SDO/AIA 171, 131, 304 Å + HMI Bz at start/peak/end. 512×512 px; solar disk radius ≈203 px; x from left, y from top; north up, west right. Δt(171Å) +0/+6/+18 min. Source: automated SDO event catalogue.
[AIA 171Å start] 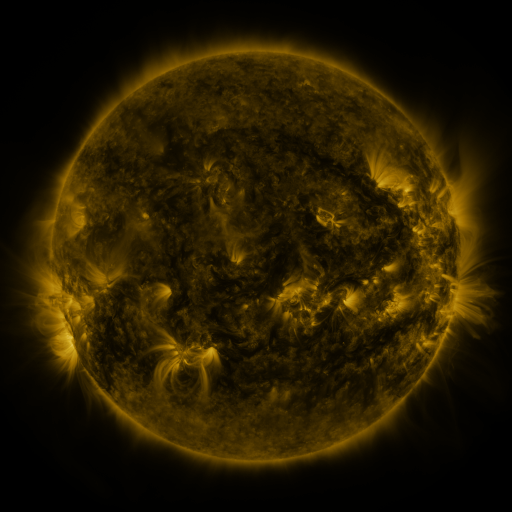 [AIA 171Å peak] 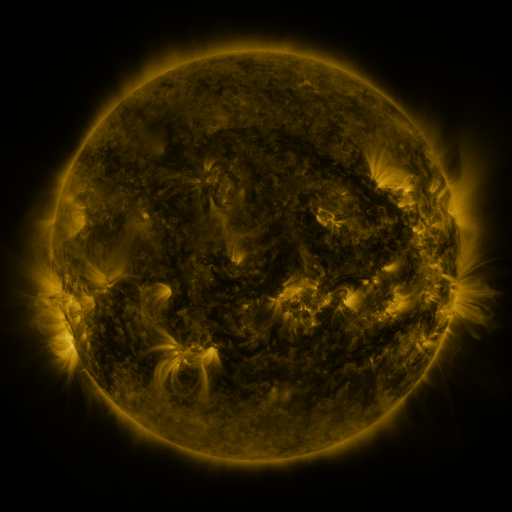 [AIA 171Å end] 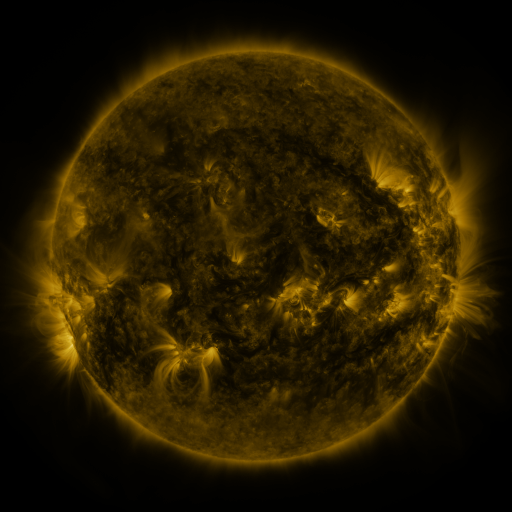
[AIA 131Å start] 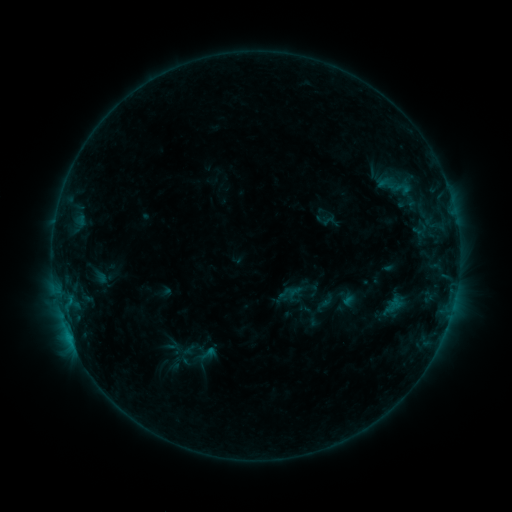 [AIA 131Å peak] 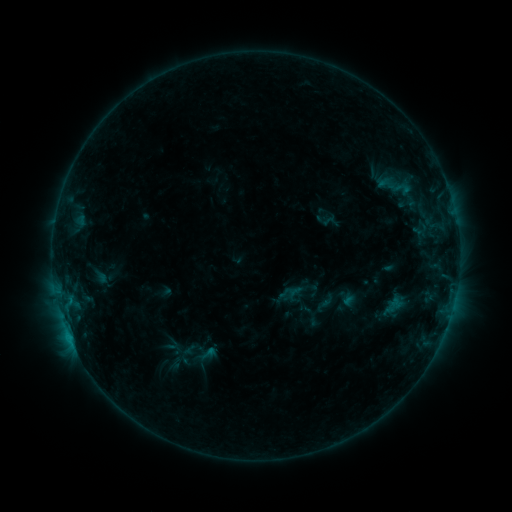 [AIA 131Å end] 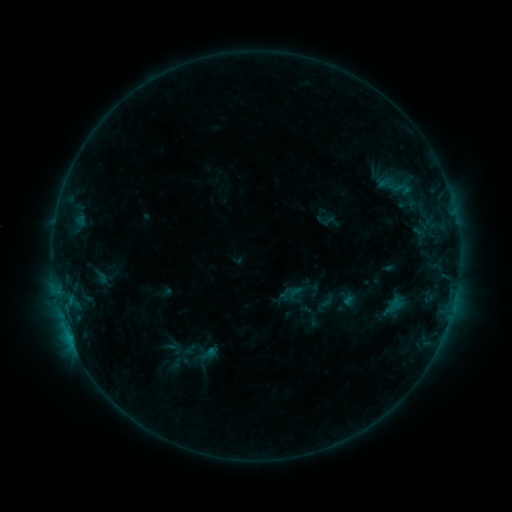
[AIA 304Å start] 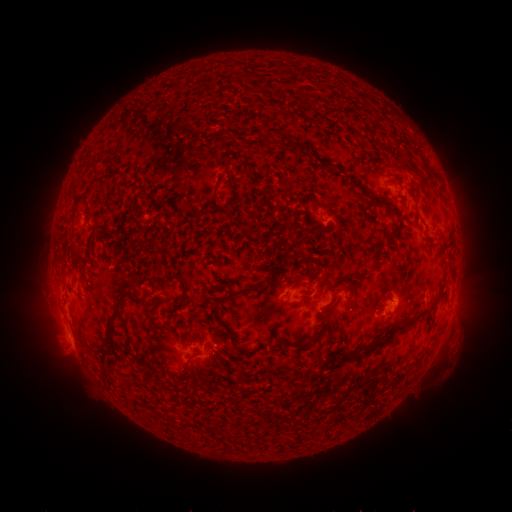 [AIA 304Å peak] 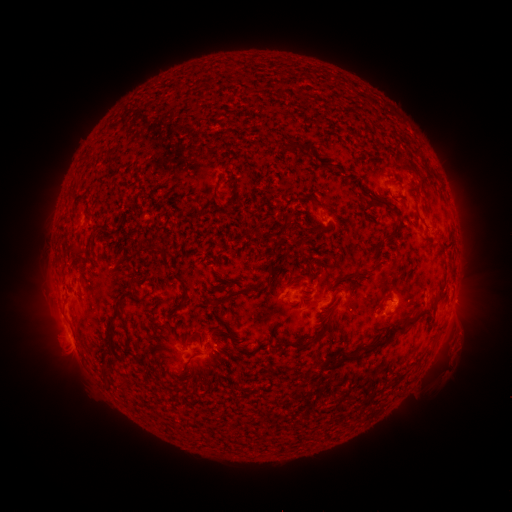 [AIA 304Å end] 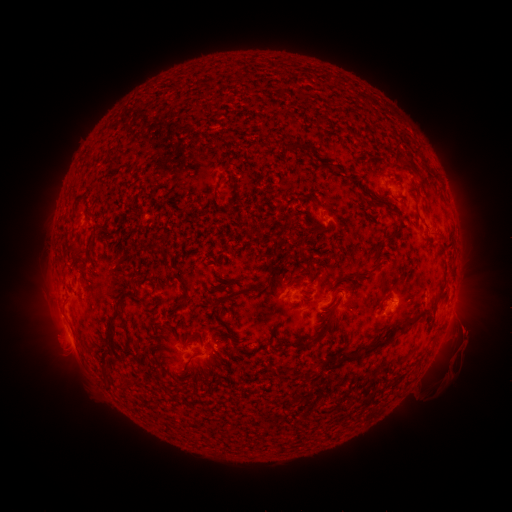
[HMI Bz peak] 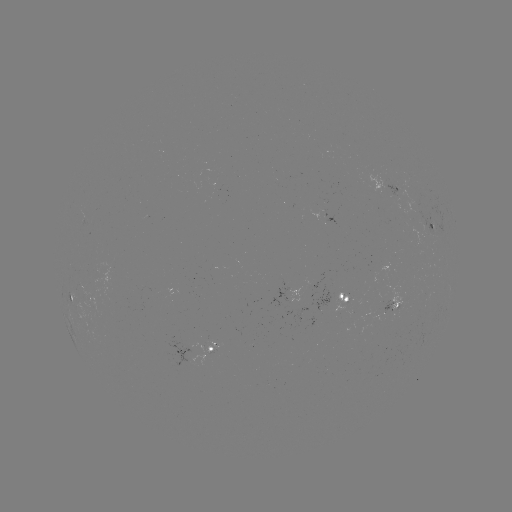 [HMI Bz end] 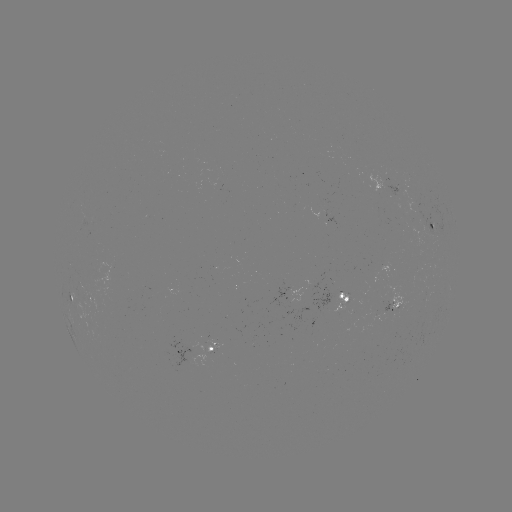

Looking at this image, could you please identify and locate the eruption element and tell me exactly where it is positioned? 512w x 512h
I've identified eruption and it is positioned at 464,346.